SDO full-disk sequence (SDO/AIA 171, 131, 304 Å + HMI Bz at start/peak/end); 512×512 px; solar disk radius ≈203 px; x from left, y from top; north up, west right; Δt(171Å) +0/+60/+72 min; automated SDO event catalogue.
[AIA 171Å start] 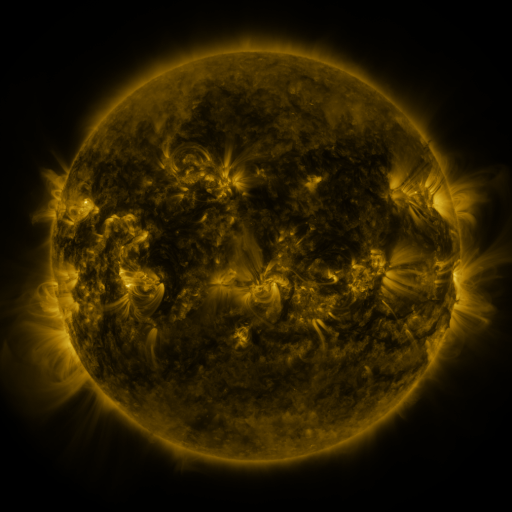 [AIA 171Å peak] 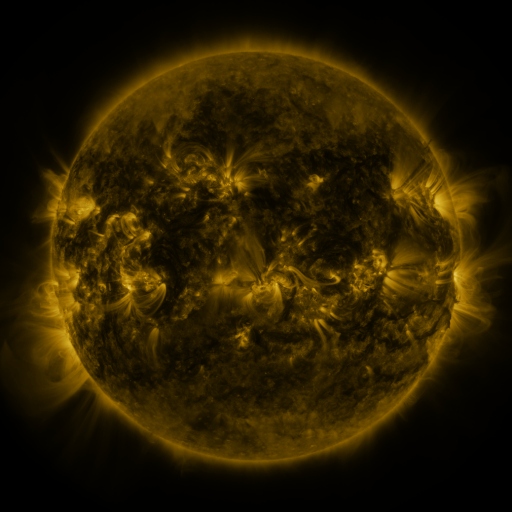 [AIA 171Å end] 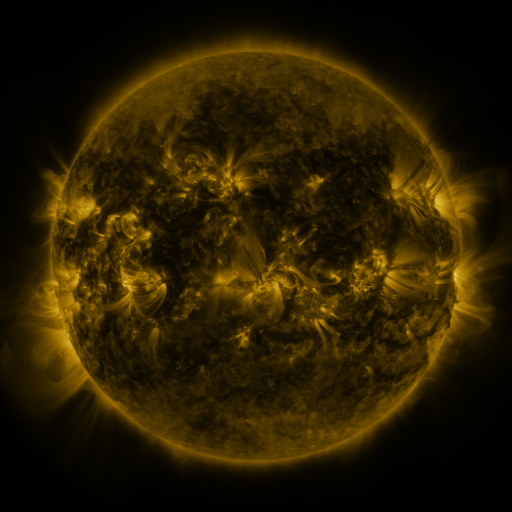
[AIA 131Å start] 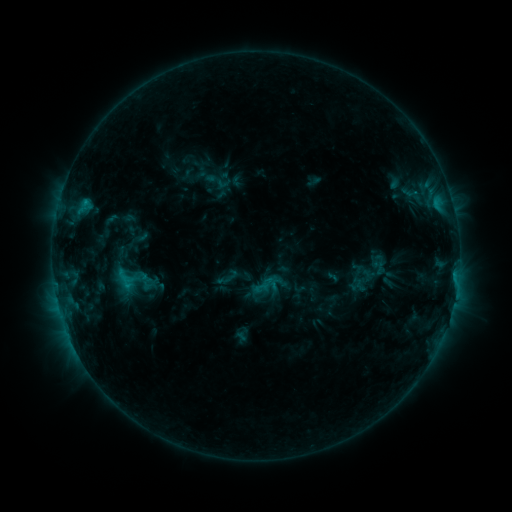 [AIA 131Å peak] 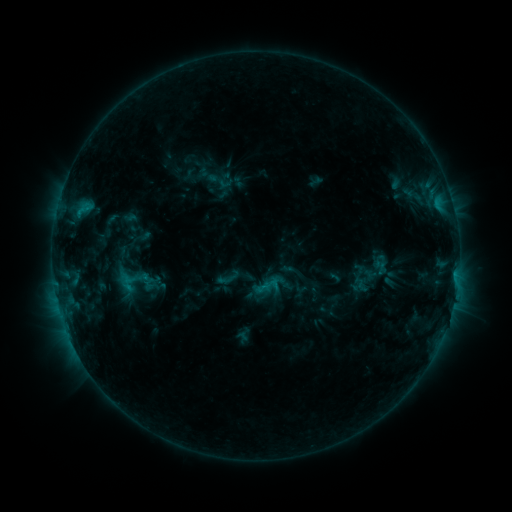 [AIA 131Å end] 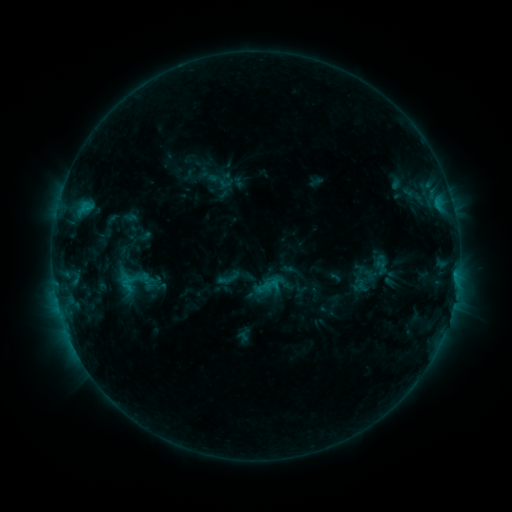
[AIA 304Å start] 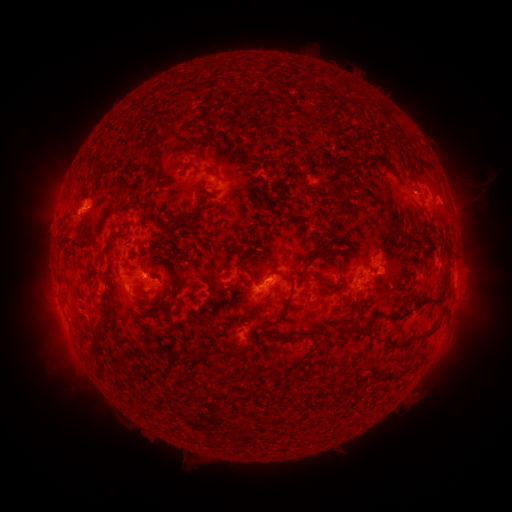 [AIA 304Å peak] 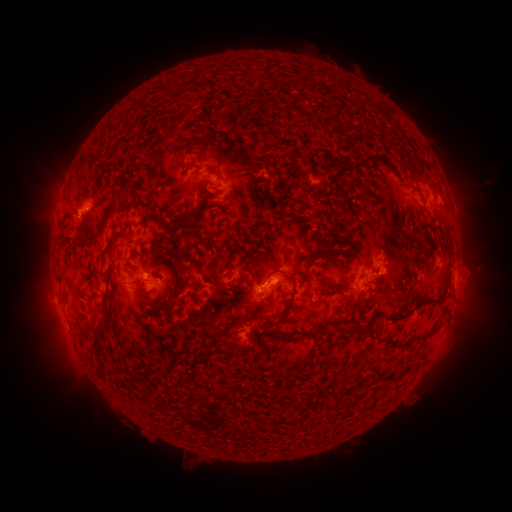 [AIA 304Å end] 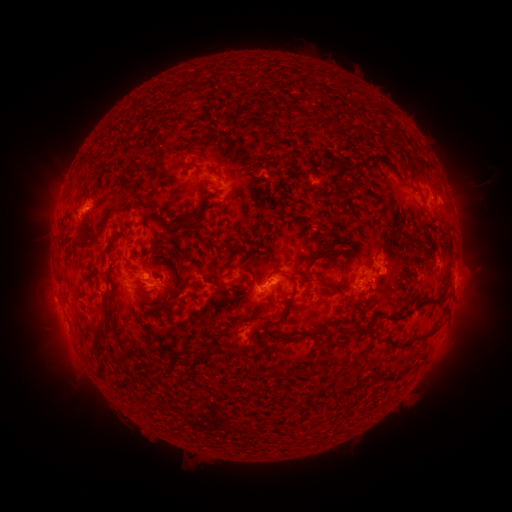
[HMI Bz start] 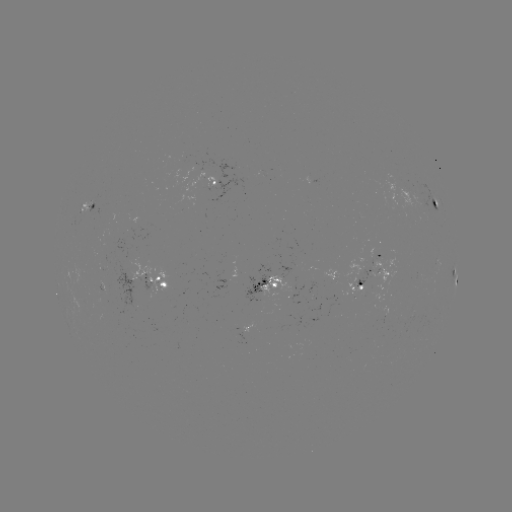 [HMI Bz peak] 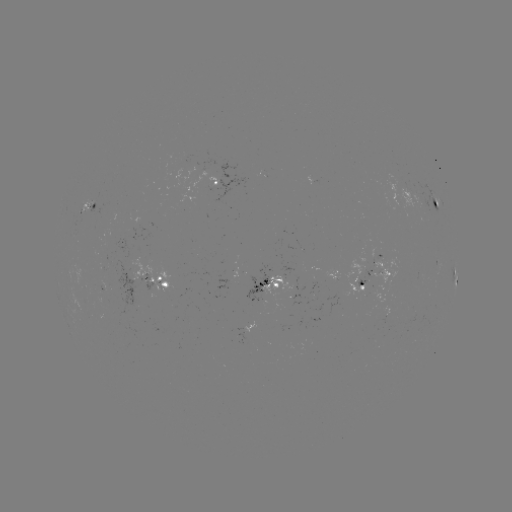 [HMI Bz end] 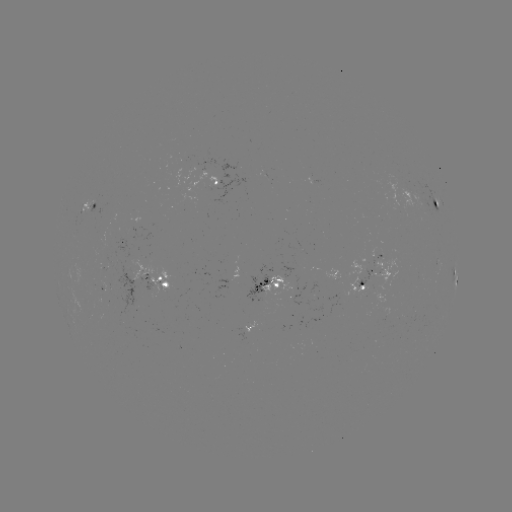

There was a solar emerging-flux region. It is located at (146, 280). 